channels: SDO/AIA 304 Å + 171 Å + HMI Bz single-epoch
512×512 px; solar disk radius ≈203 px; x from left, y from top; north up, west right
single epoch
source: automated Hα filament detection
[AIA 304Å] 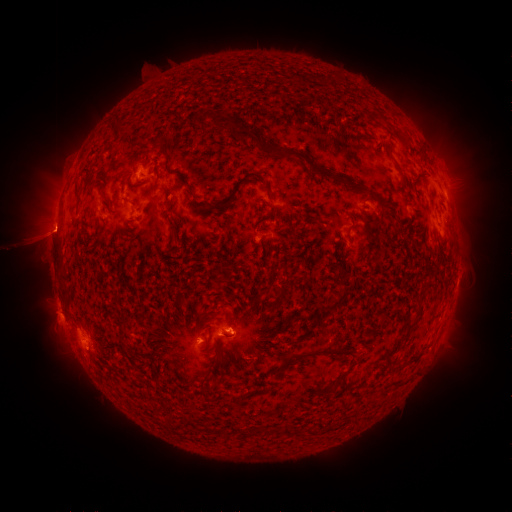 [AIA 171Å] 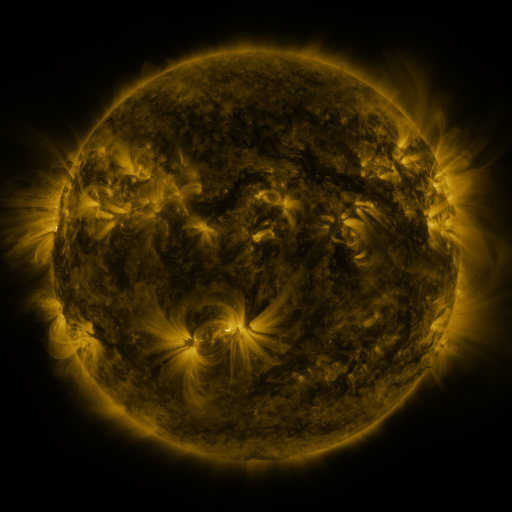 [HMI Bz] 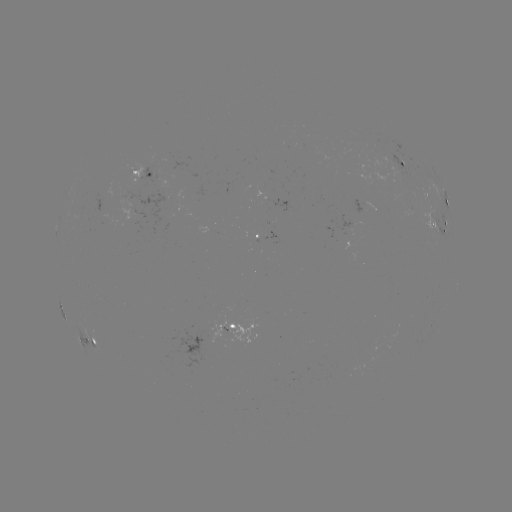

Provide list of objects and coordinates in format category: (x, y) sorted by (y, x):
filament: (242, 134)
filament: (306, 160)
filament: (166, 165)
filament: (339, 277)
filament: (341, 300)
filament: (414, 325)
filament: (205, 344)
filament: (321, 354)
filament: (333, 388)
